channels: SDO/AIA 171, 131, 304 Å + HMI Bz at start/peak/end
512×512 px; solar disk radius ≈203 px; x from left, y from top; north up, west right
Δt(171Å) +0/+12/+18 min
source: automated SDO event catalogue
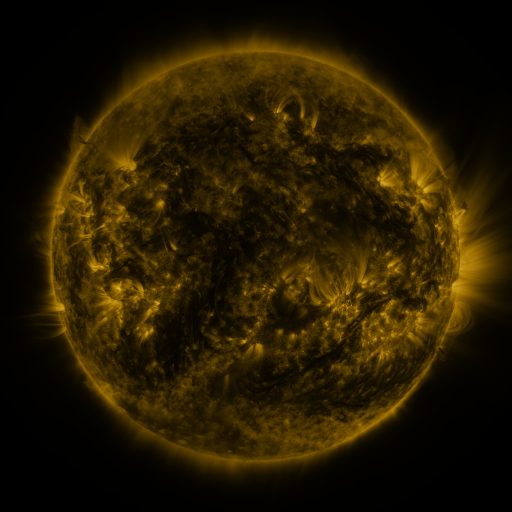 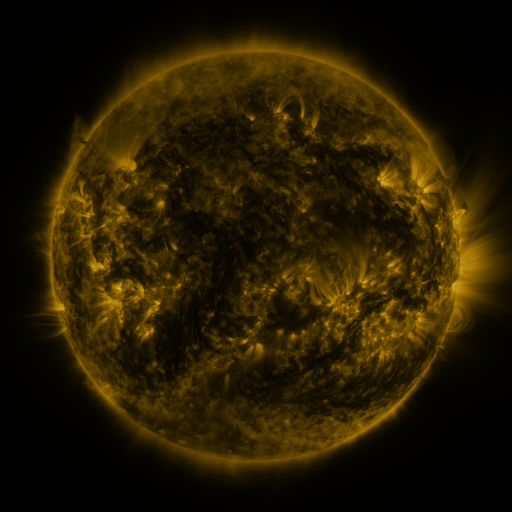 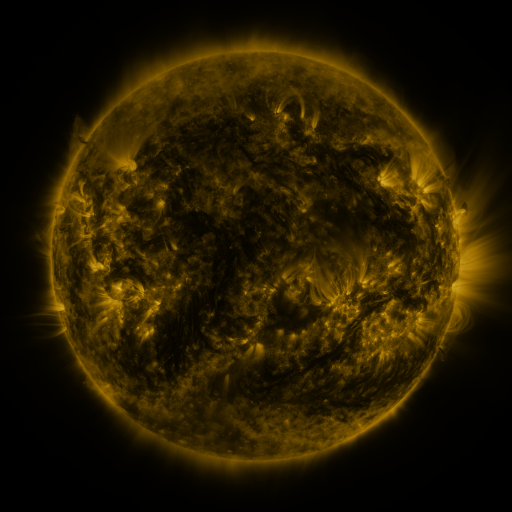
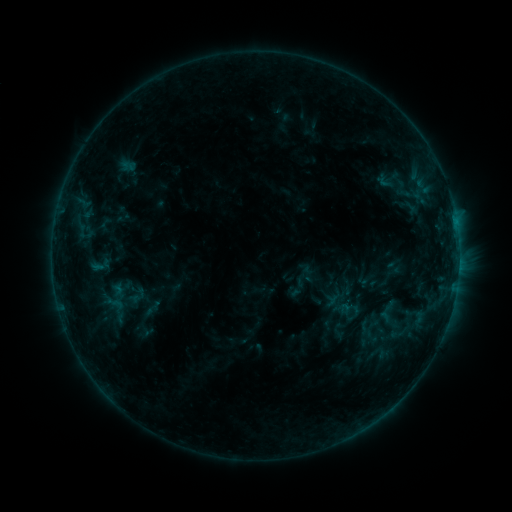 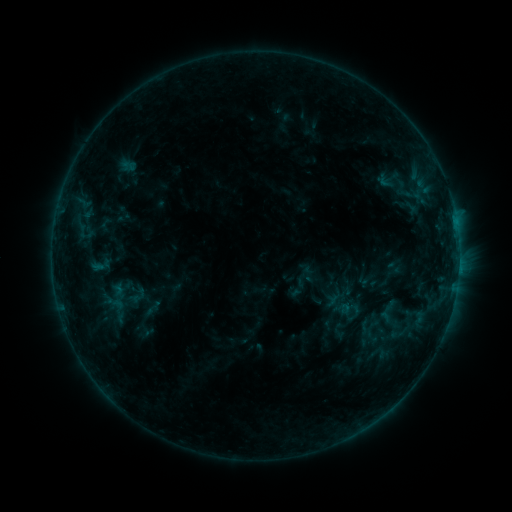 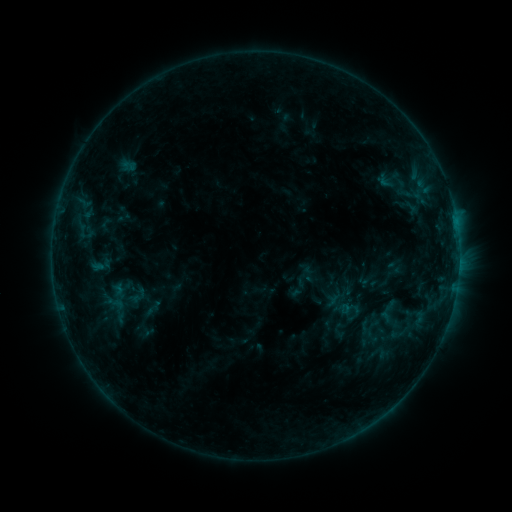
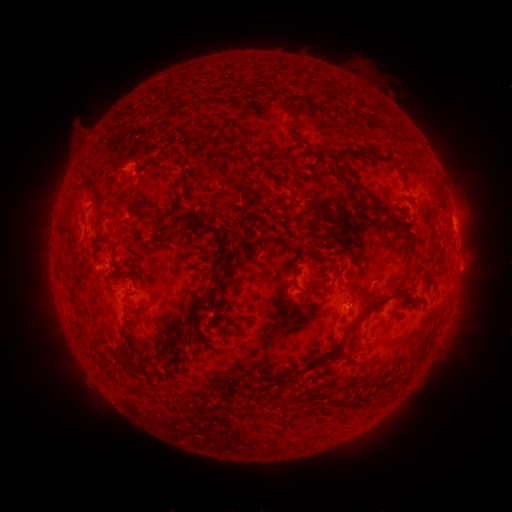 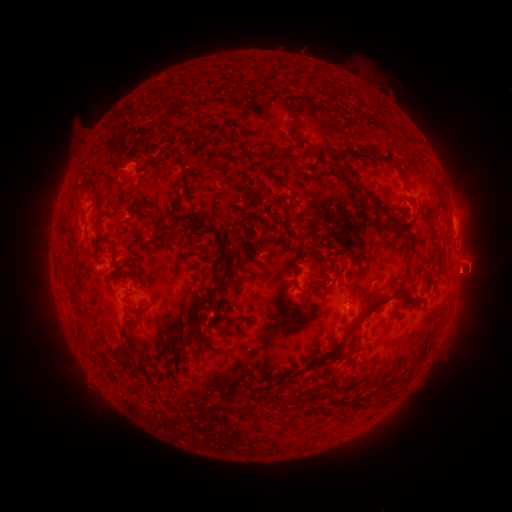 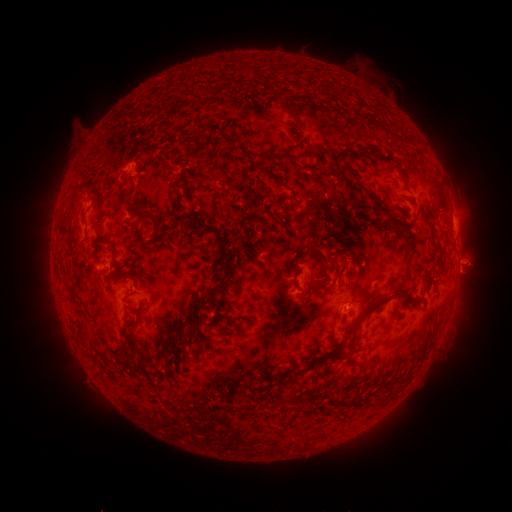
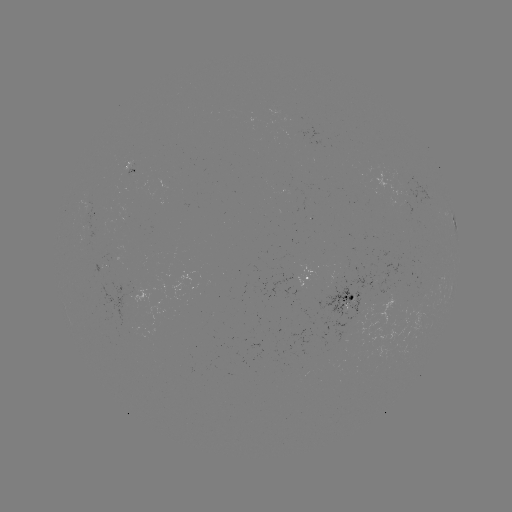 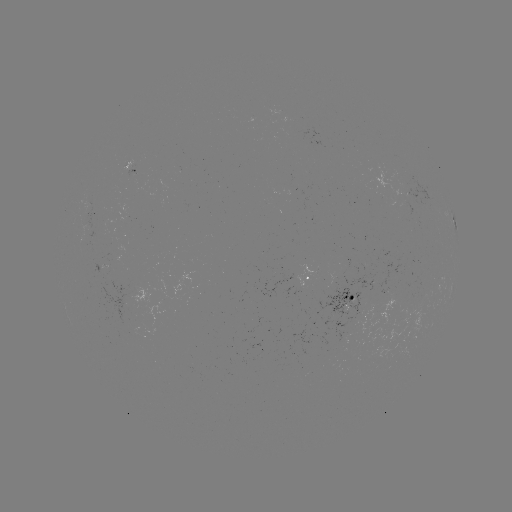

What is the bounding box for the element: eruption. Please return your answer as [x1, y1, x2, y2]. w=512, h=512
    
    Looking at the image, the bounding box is [446, 242, 496, 294].